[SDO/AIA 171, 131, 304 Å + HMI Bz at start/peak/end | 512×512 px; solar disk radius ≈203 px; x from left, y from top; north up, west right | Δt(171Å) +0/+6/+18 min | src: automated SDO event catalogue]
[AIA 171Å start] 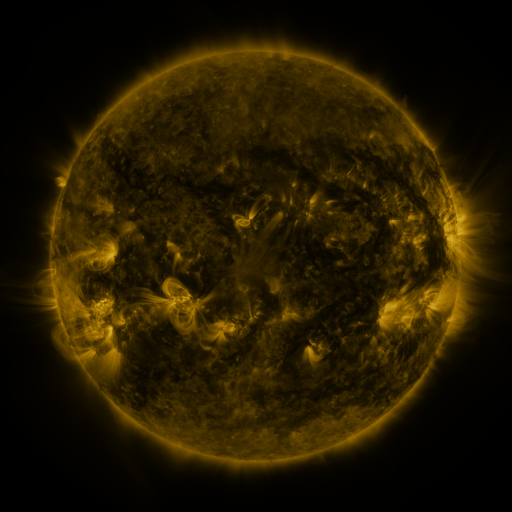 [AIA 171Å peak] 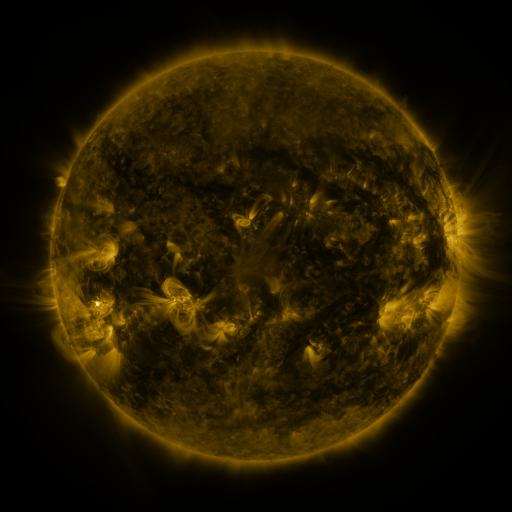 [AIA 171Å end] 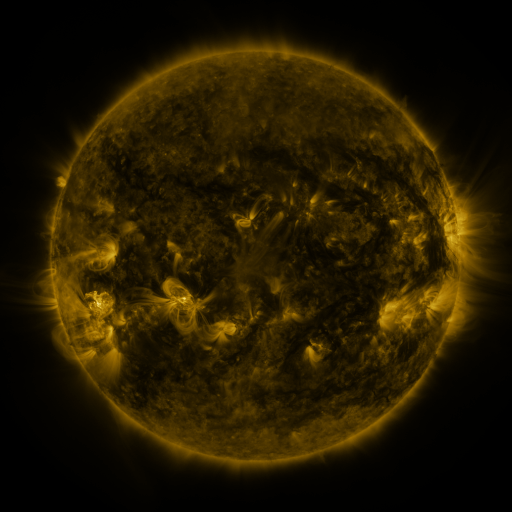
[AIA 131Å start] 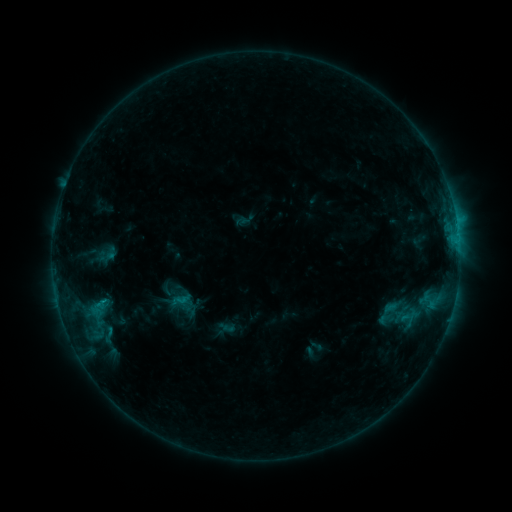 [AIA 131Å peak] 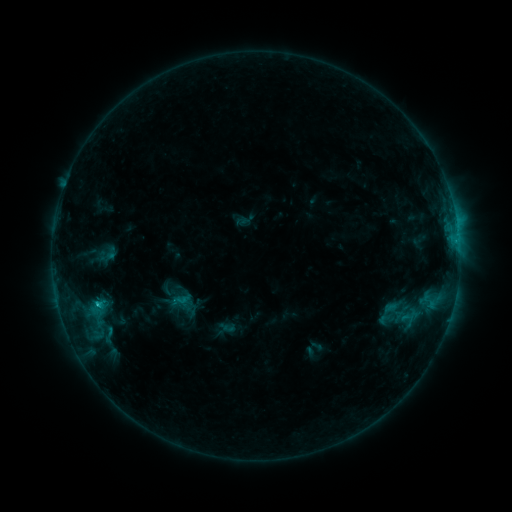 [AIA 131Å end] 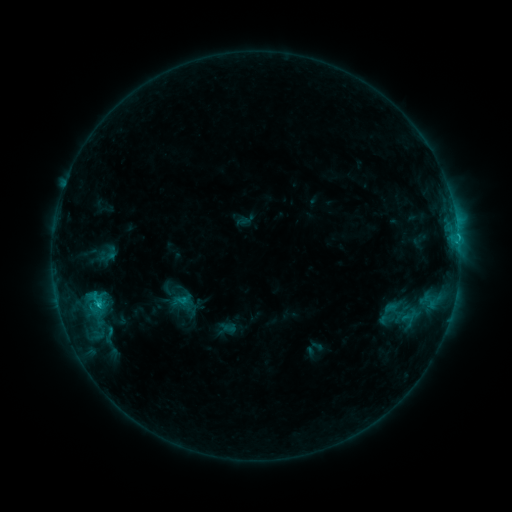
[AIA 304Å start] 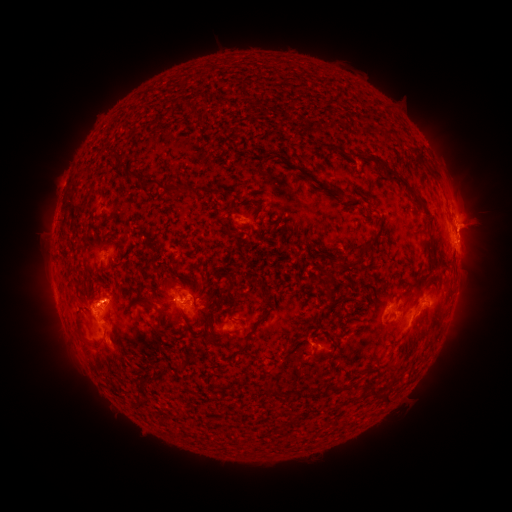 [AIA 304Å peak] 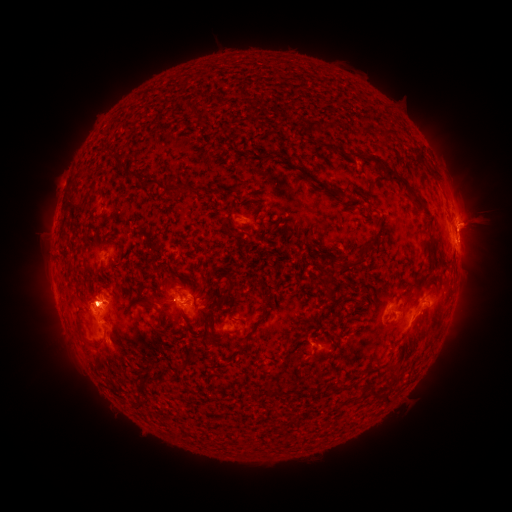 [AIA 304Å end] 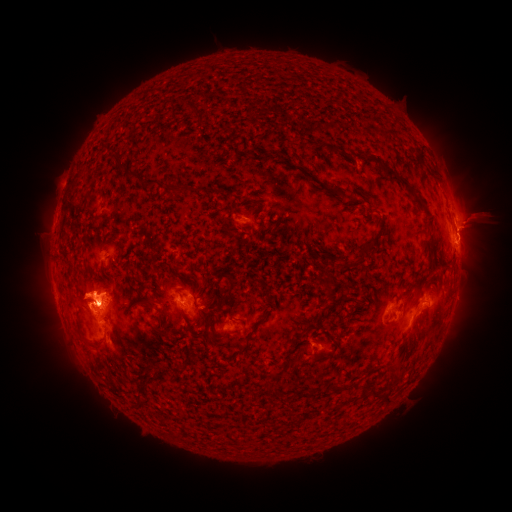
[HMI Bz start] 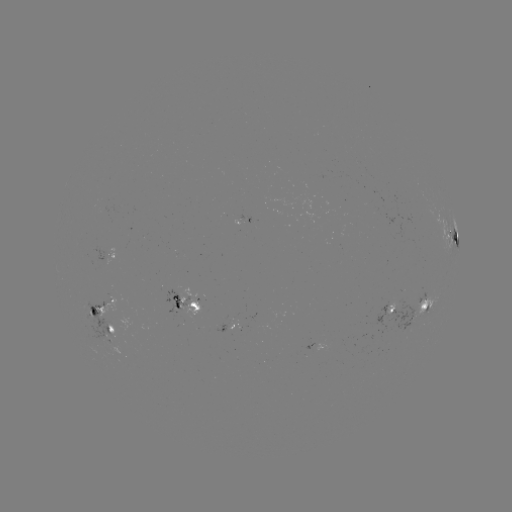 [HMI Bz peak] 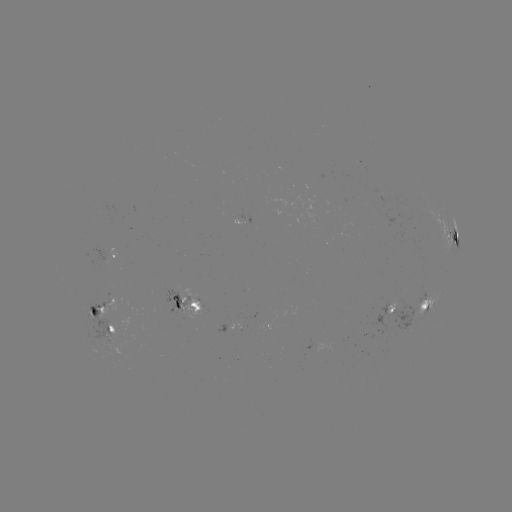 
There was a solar eruption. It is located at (479, 221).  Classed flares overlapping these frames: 1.